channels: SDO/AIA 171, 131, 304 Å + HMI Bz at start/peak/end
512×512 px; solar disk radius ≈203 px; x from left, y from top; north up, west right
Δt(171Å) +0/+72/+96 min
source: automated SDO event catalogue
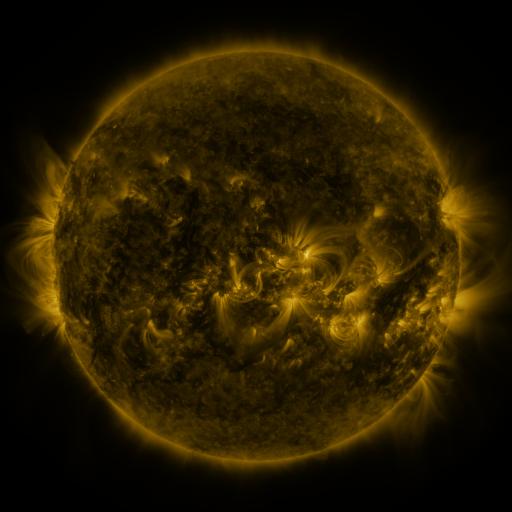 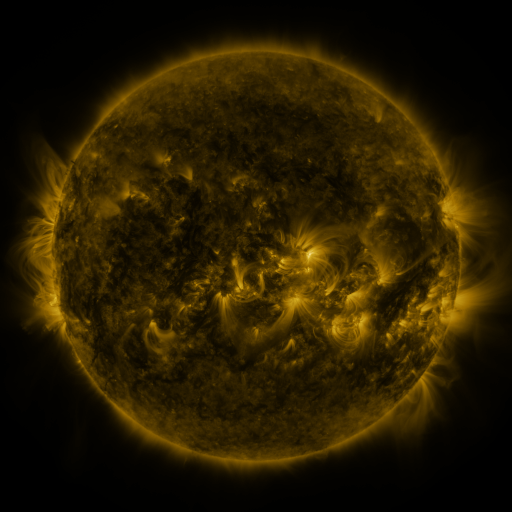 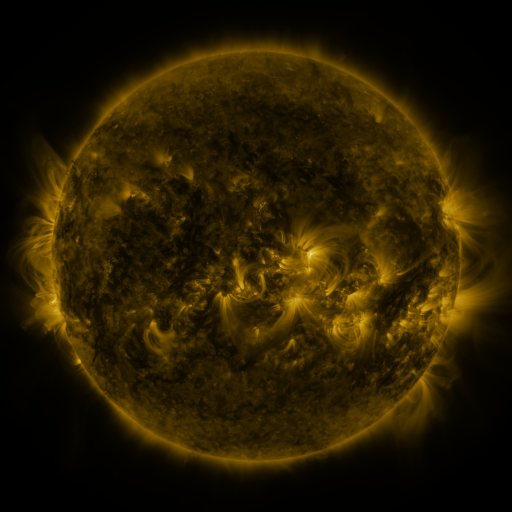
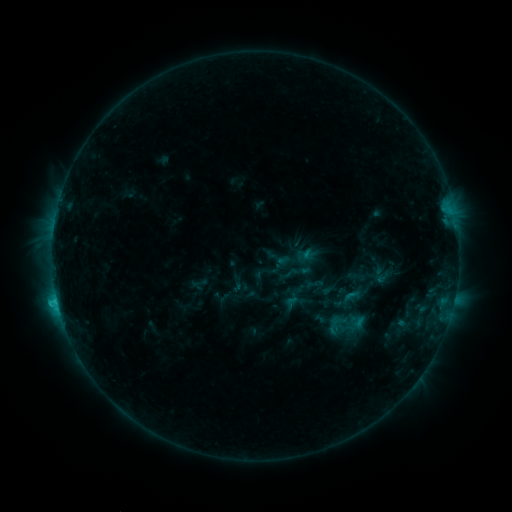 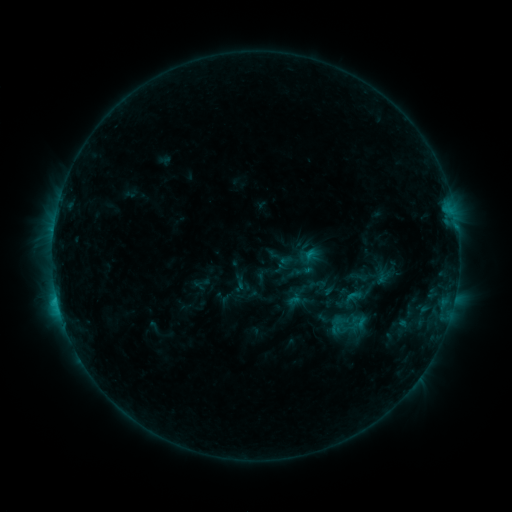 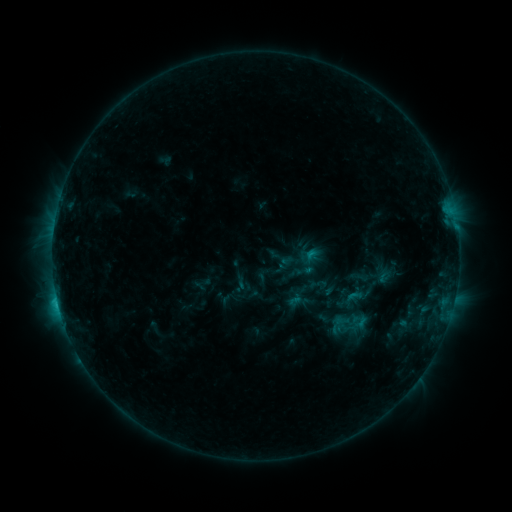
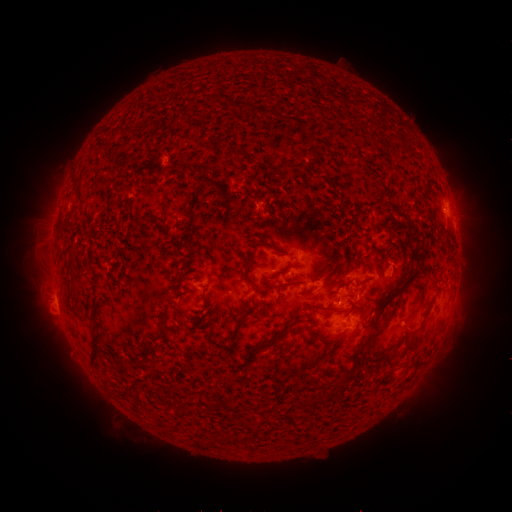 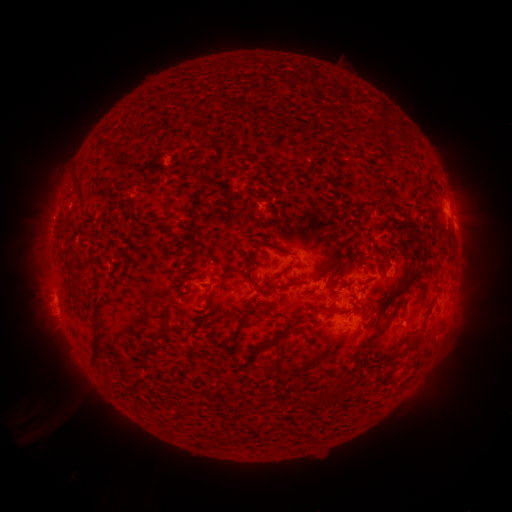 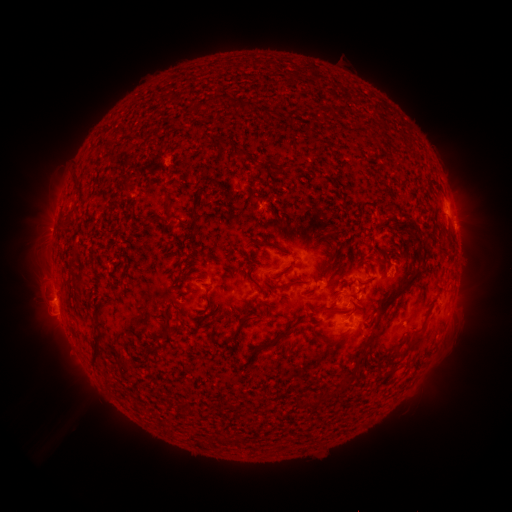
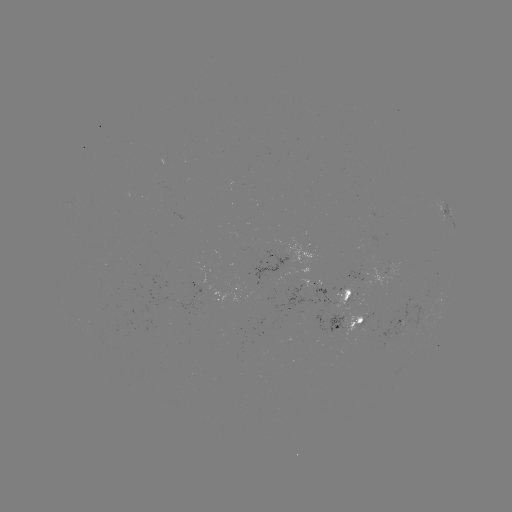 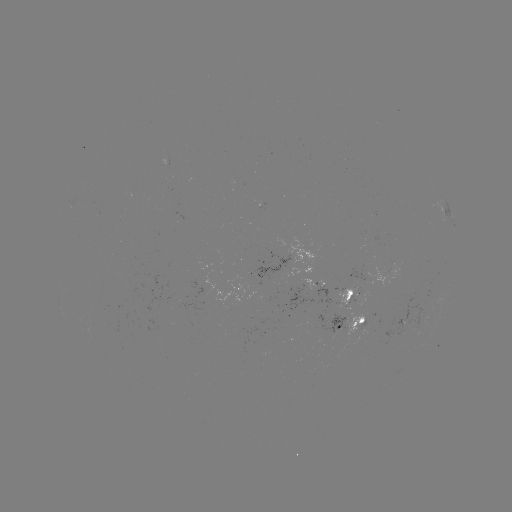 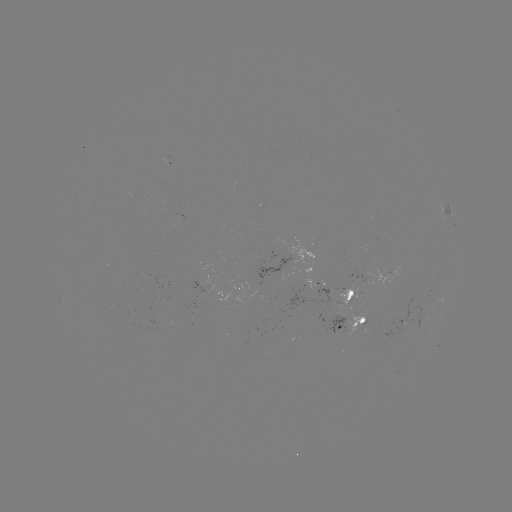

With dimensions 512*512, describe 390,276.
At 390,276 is emerging-flux region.